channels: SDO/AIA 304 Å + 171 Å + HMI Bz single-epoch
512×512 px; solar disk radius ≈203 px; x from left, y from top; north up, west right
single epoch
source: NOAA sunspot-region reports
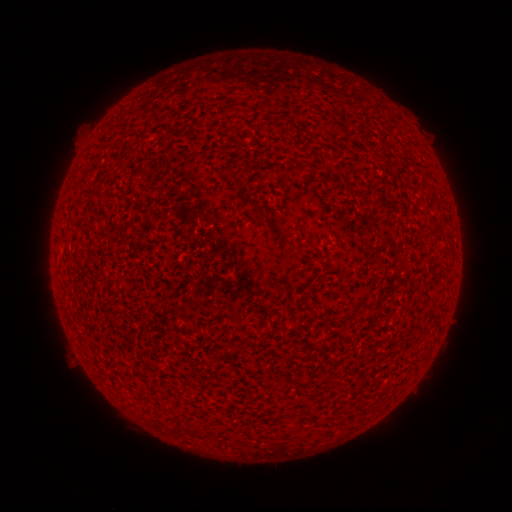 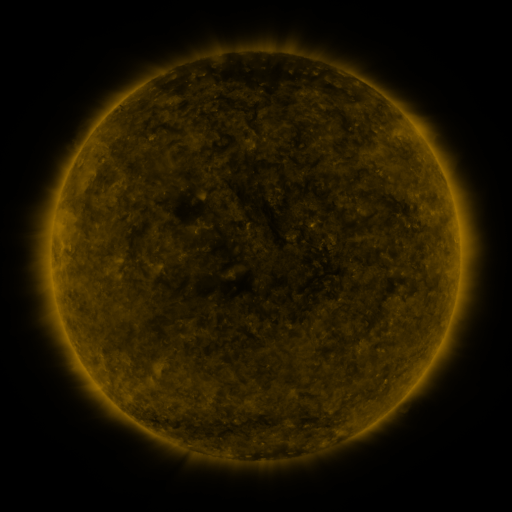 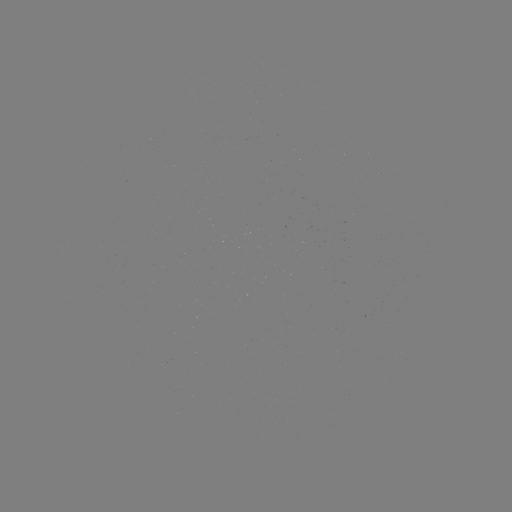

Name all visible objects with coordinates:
(none)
